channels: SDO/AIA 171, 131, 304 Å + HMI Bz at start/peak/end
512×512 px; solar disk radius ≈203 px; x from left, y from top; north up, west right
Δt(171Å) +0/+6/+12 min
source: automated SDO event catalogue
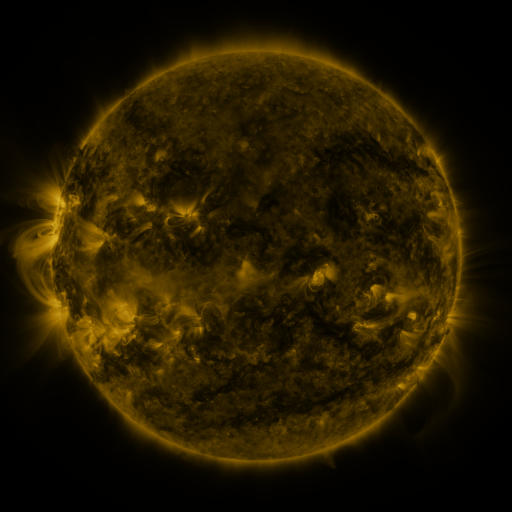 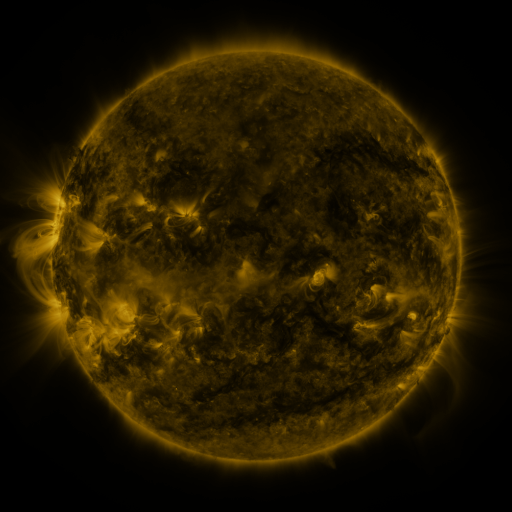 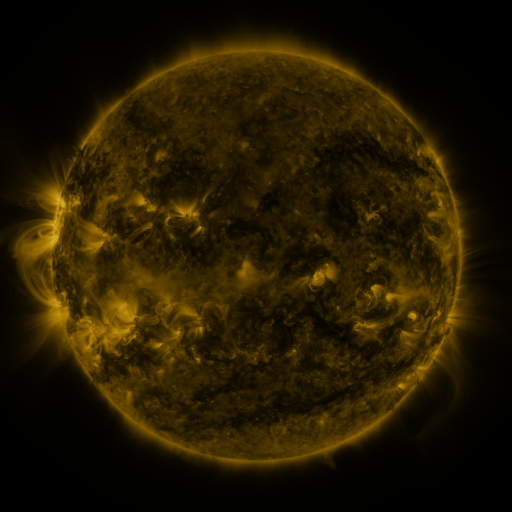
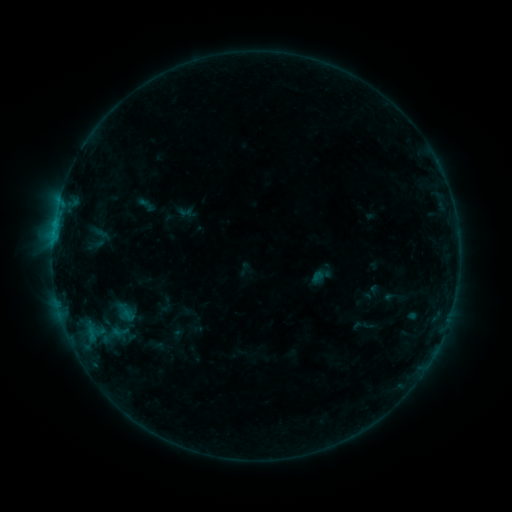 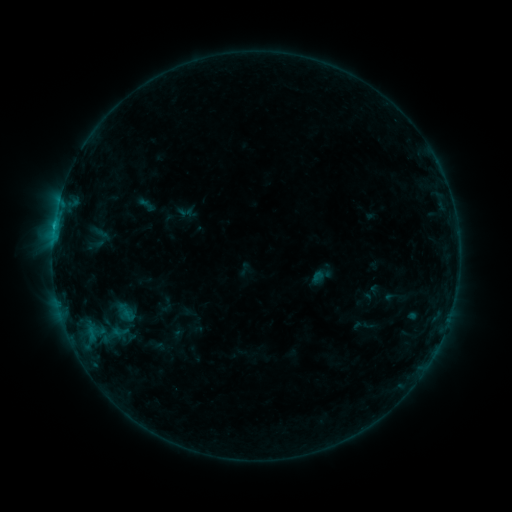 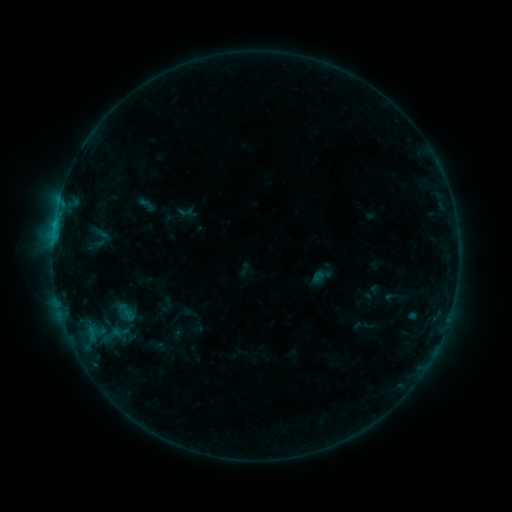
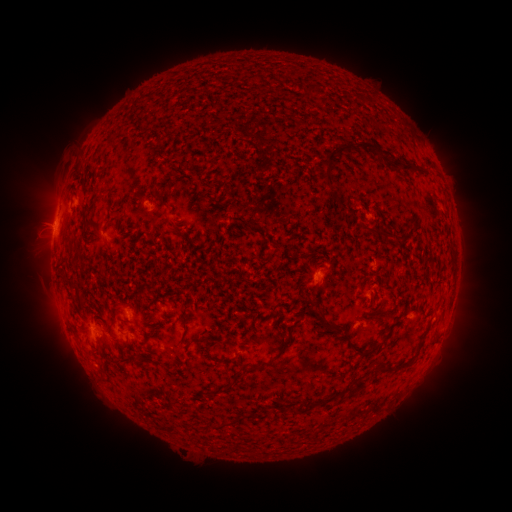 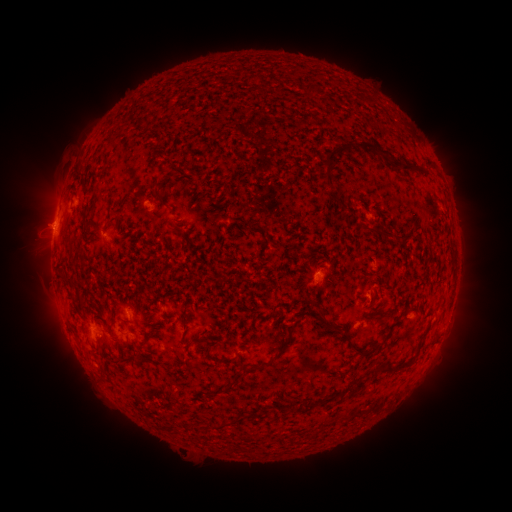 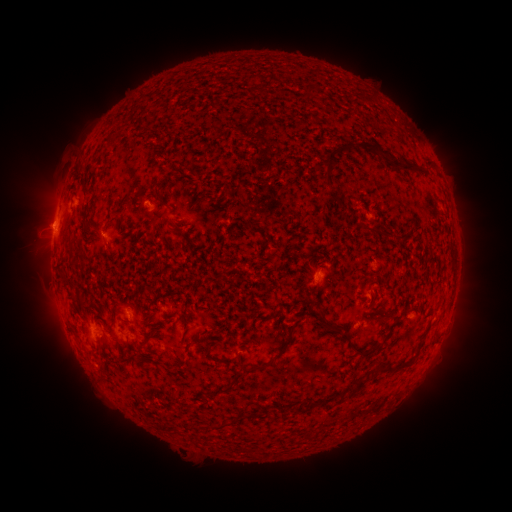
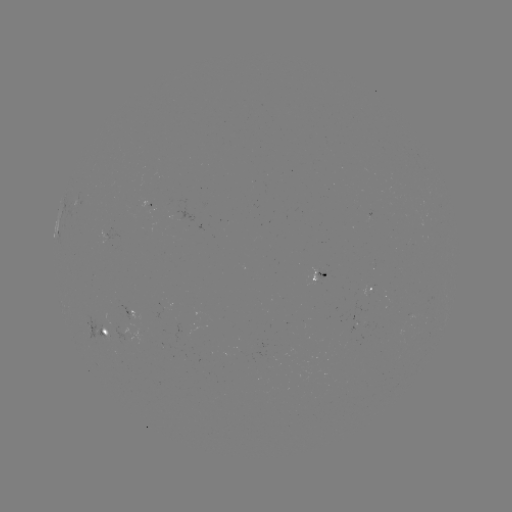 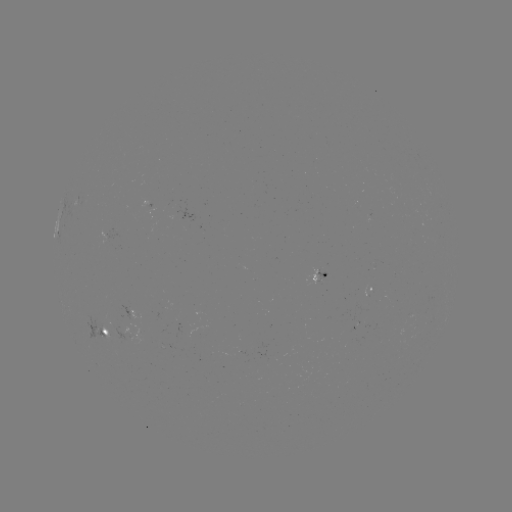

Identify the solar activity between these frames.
B5.4 flare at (55, 226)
